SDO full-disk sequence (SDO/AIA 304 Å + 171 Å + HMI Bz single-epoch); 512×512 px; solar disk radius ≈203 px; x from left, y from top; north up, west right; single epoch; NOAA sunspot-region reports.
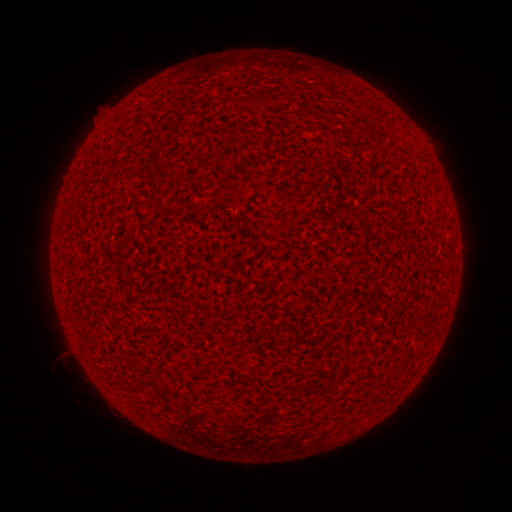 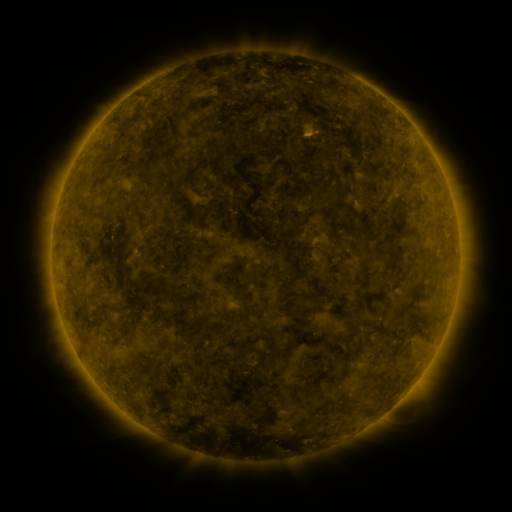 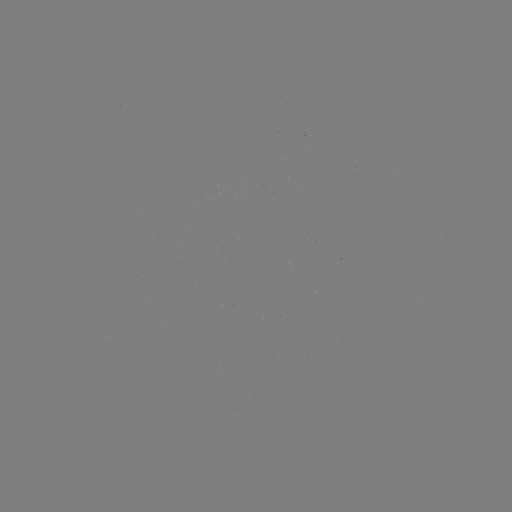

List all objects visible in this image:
(none)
